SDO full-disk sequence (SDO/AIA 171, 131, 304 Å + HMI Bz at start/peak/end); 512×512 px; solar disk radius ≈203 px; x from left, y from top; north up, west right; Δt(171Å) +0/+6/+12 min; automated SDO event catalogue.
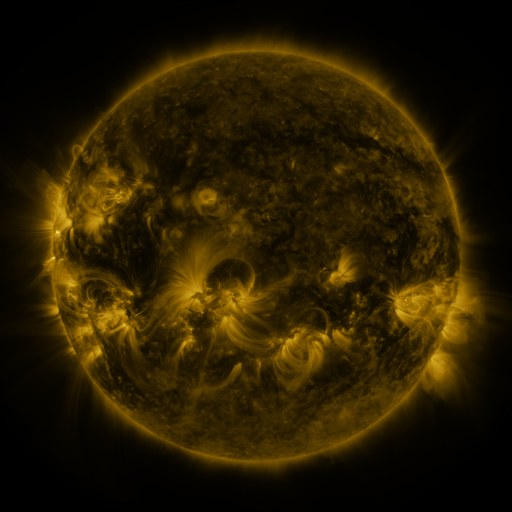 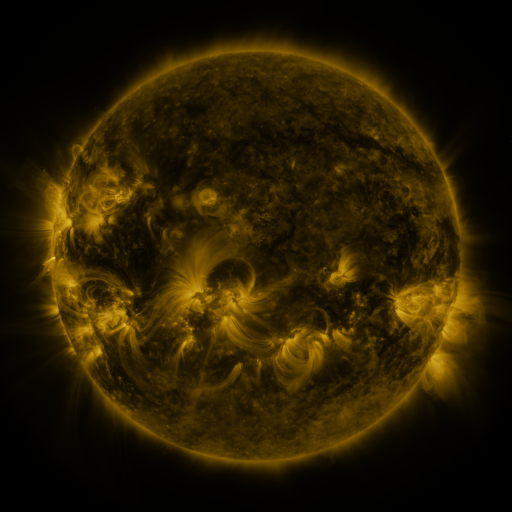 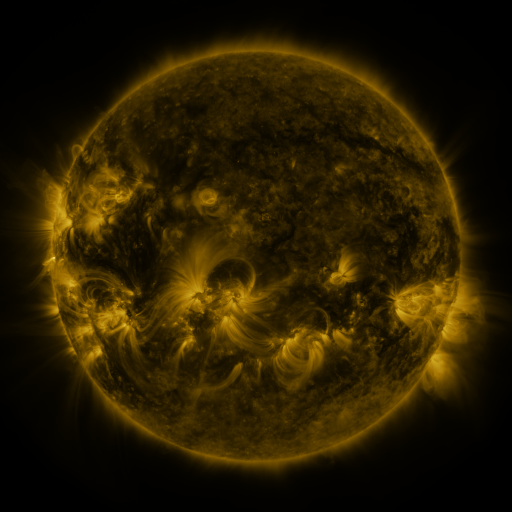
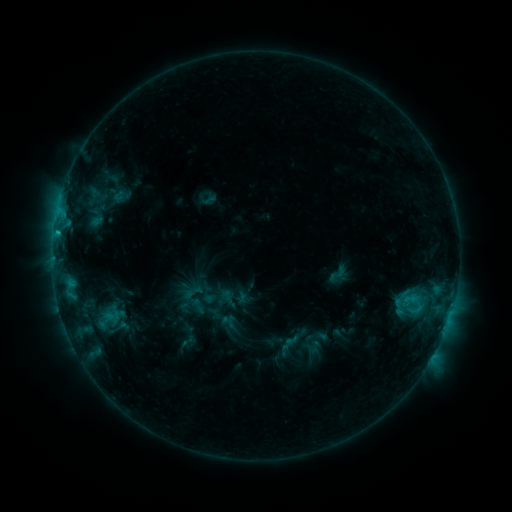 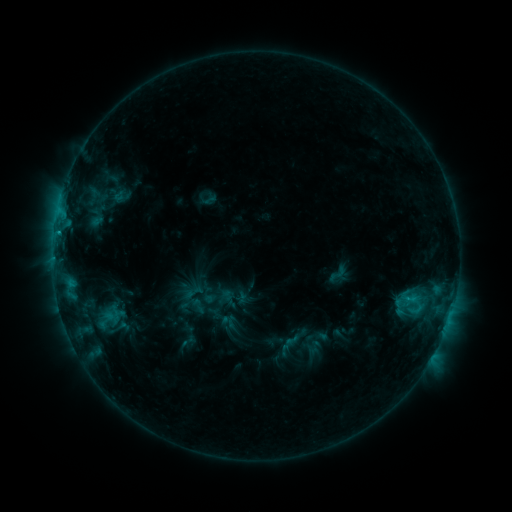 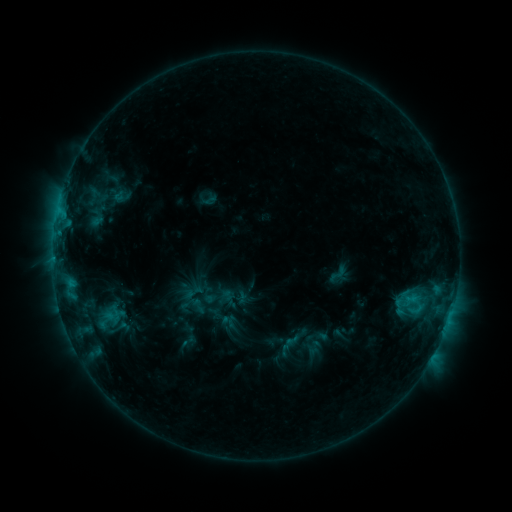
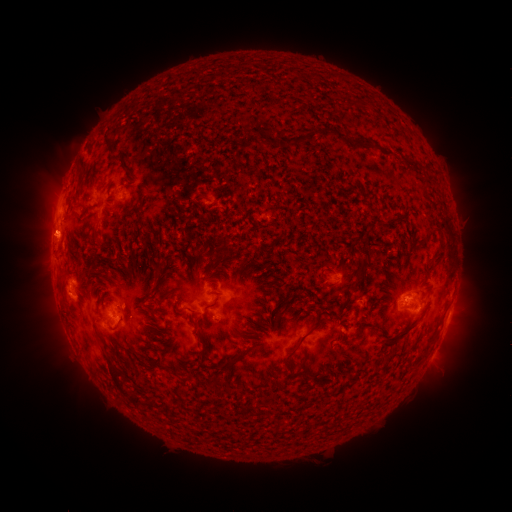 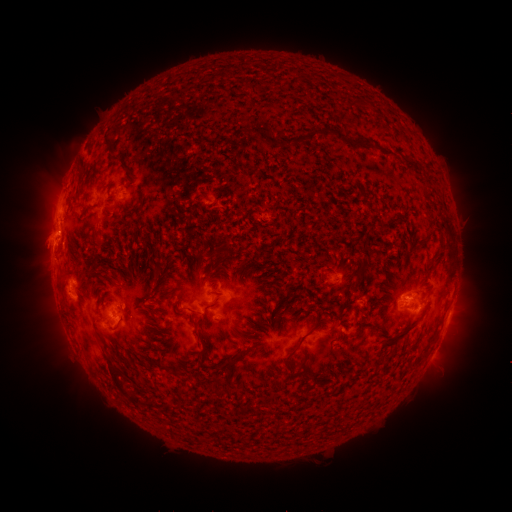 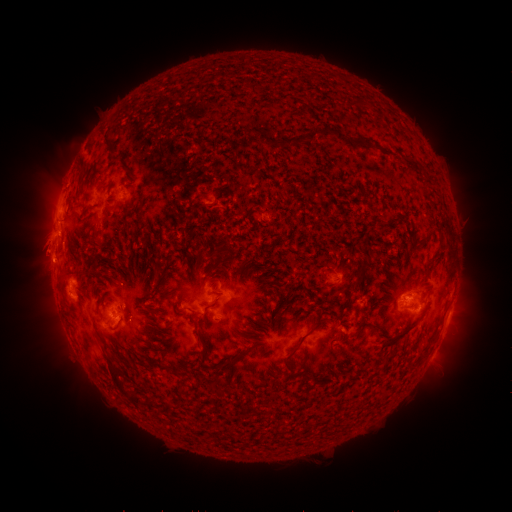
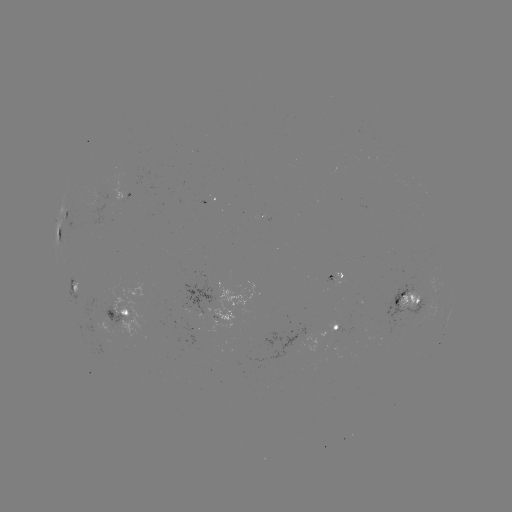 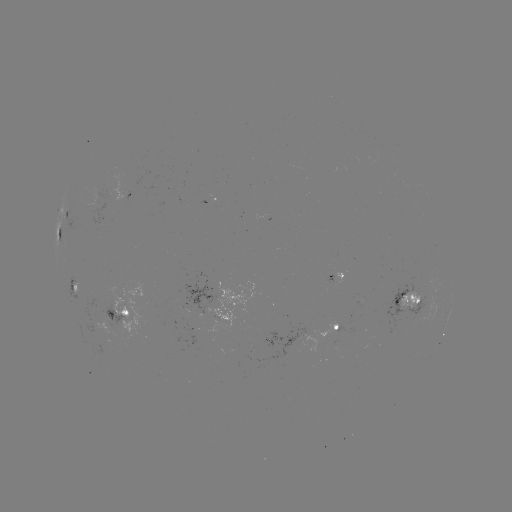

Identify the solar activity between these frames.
eruption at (44, 290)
